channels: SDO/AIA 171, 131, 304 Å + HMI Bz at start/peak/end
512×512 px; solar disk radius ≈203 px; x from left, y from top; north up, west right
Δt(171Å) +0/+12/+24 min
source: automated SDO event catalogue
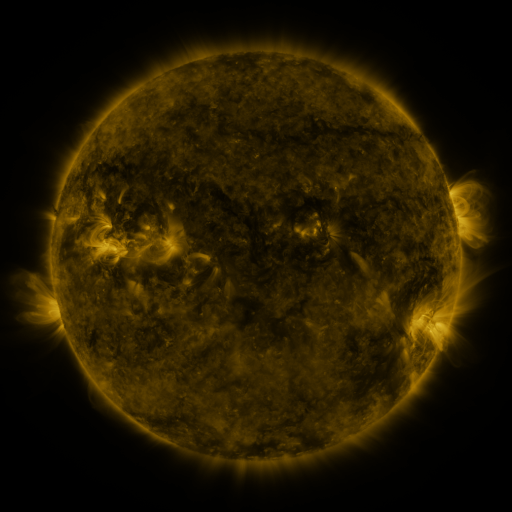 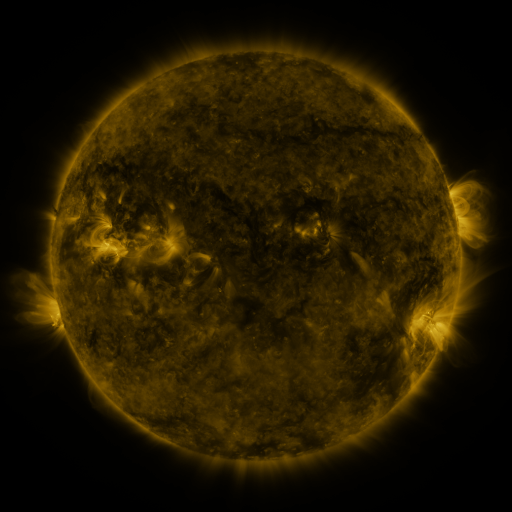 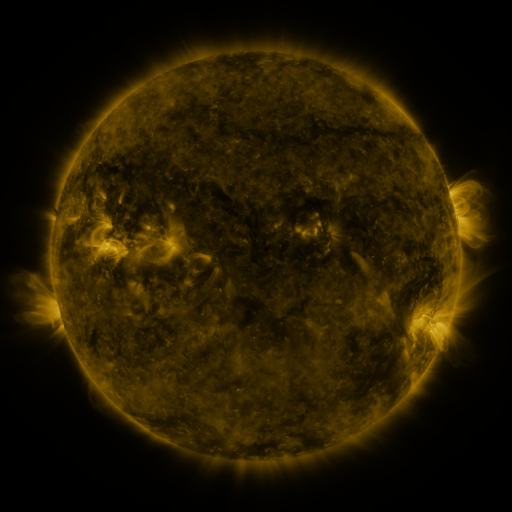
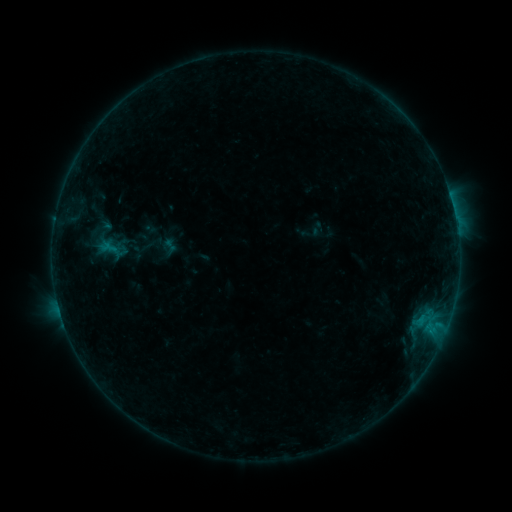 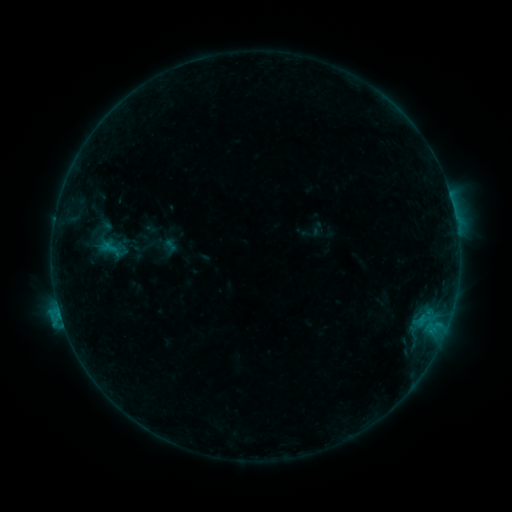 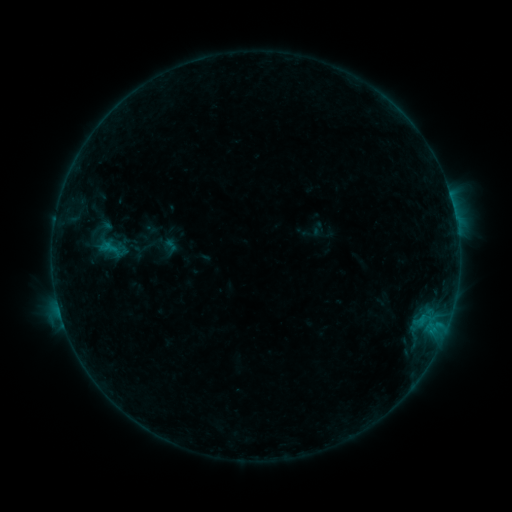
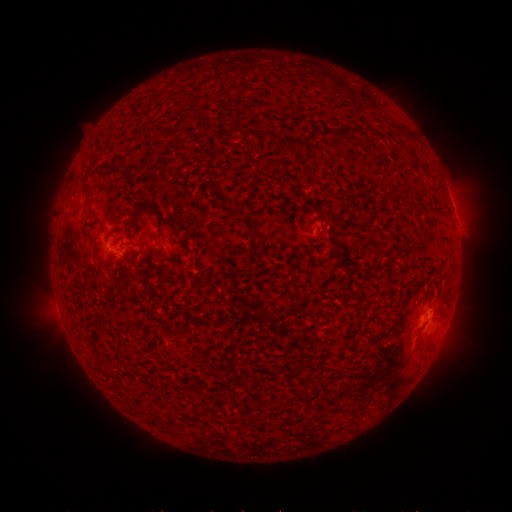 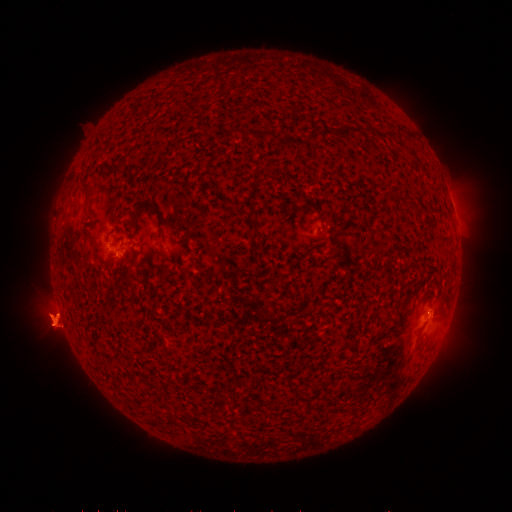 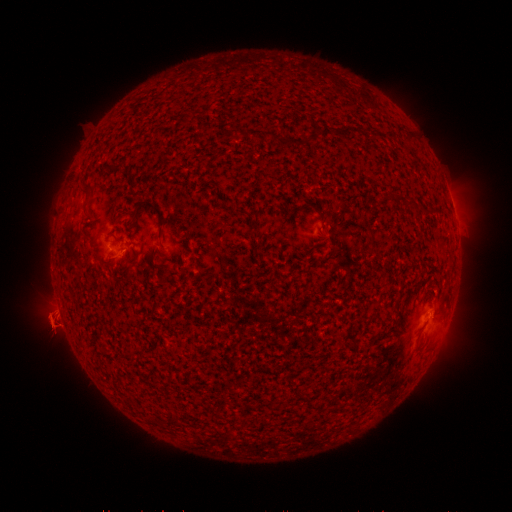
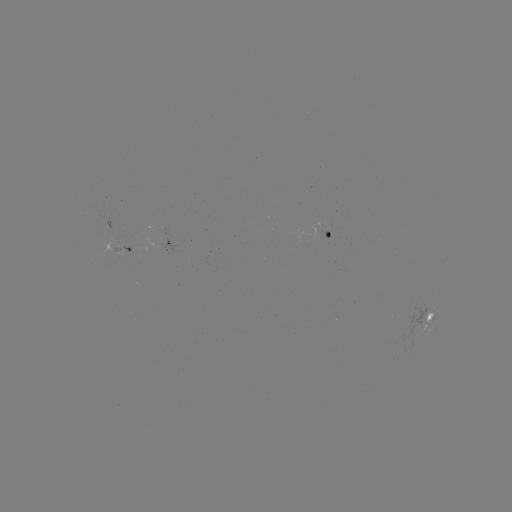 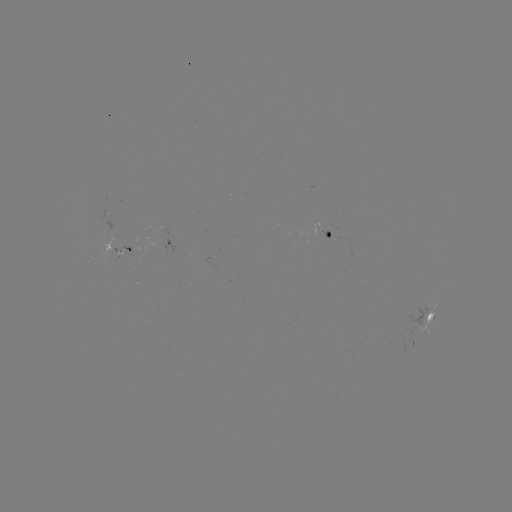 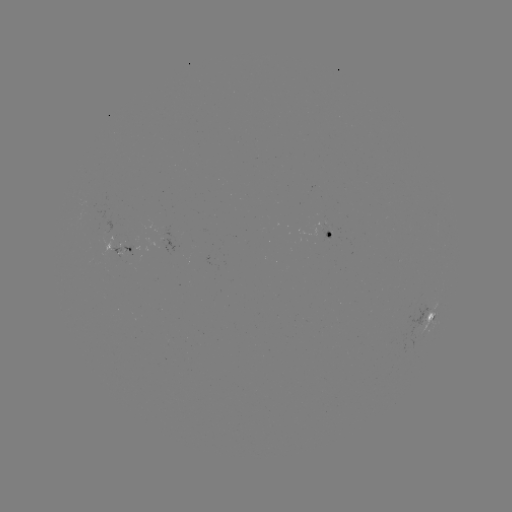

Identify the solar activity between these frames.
B5.6 flare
